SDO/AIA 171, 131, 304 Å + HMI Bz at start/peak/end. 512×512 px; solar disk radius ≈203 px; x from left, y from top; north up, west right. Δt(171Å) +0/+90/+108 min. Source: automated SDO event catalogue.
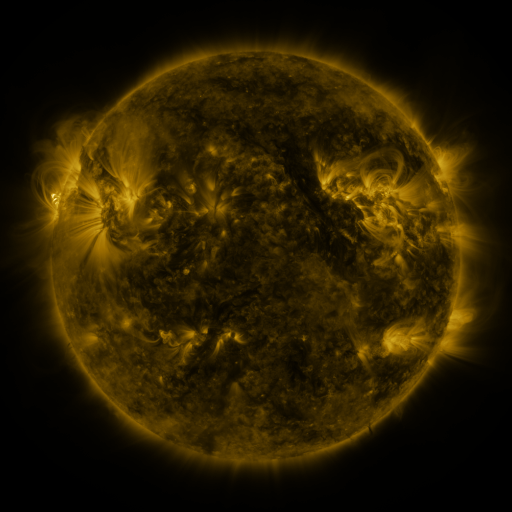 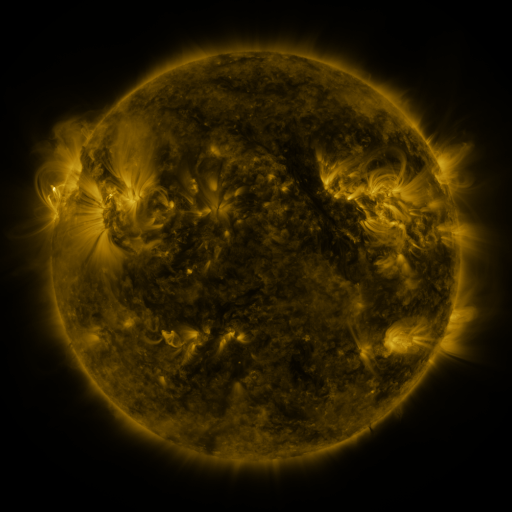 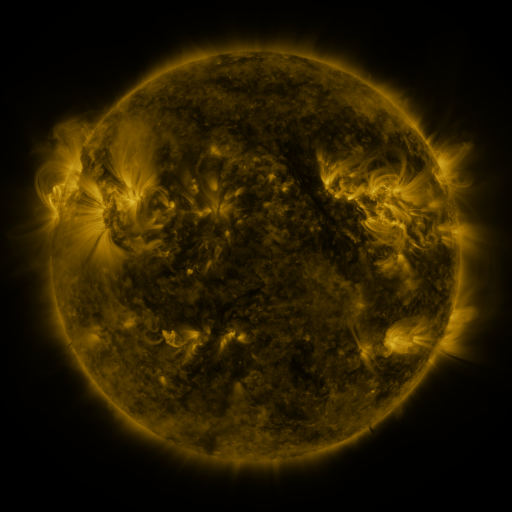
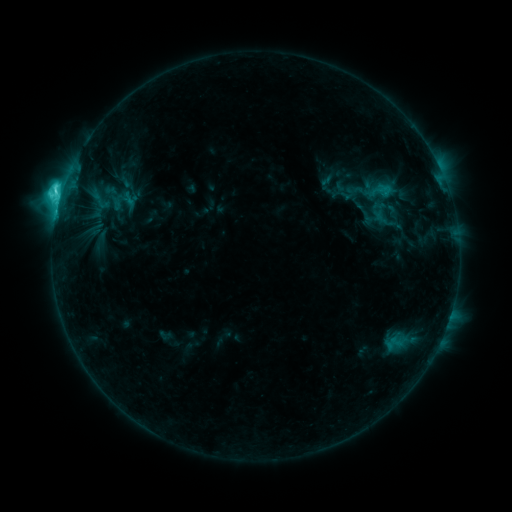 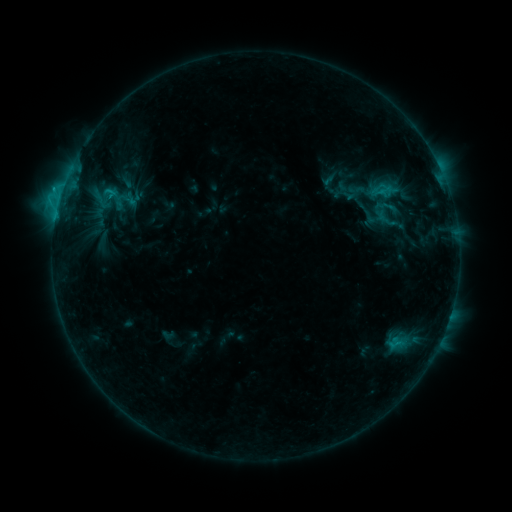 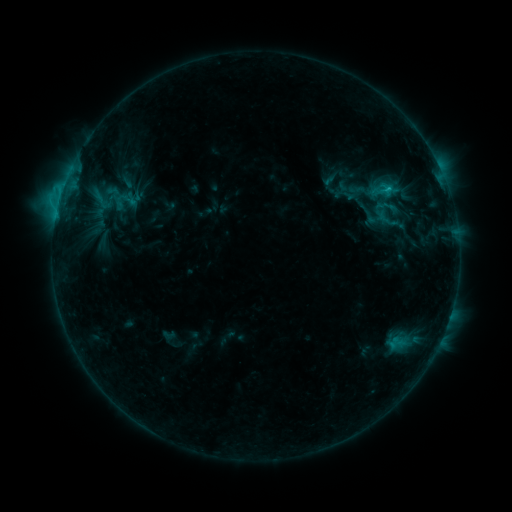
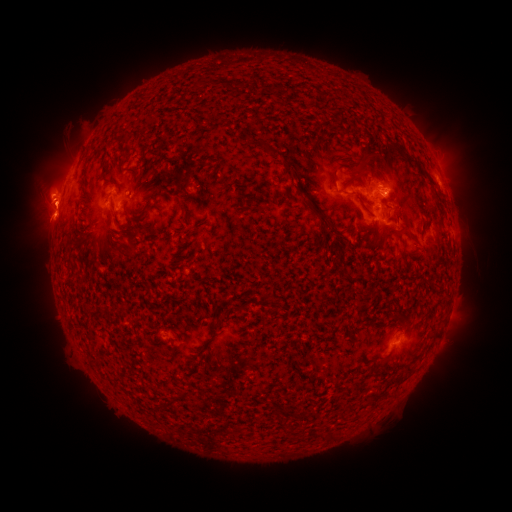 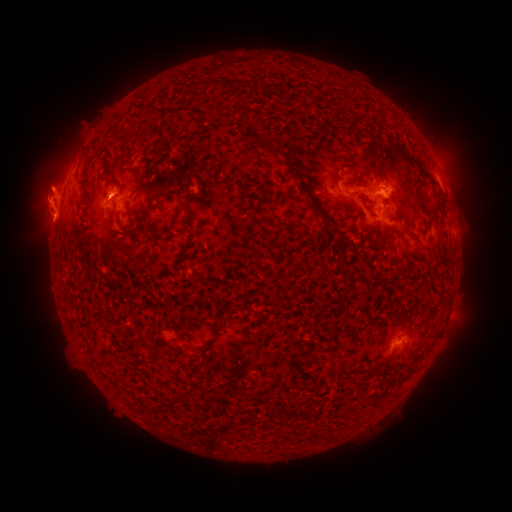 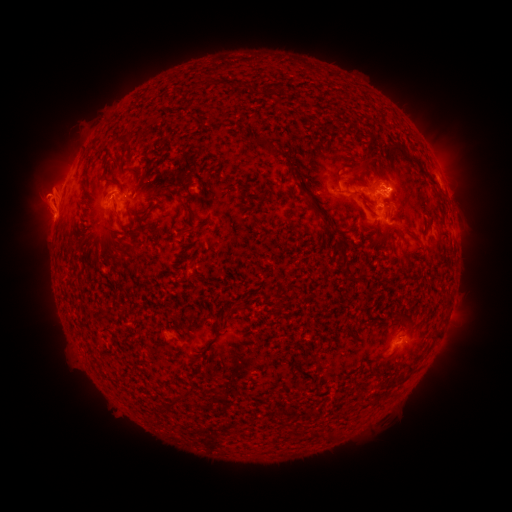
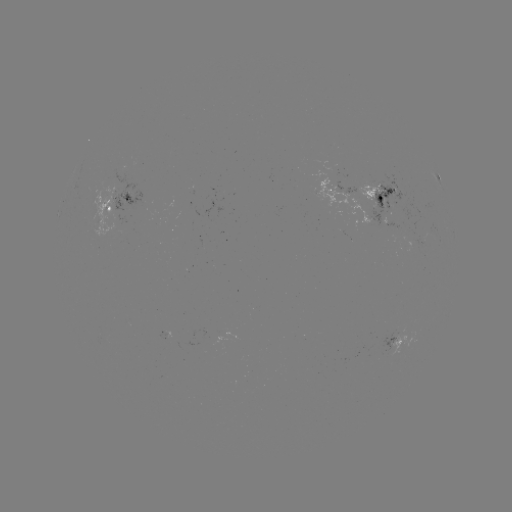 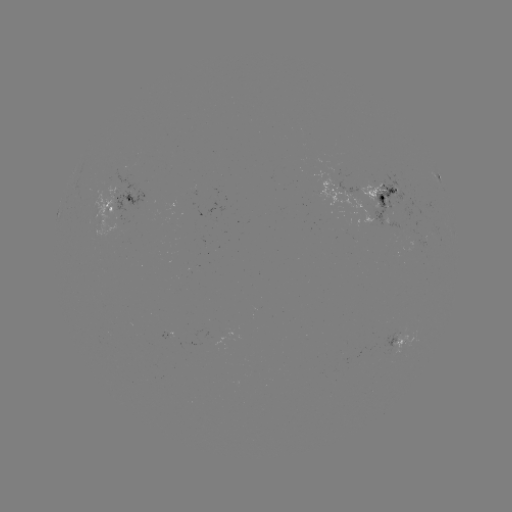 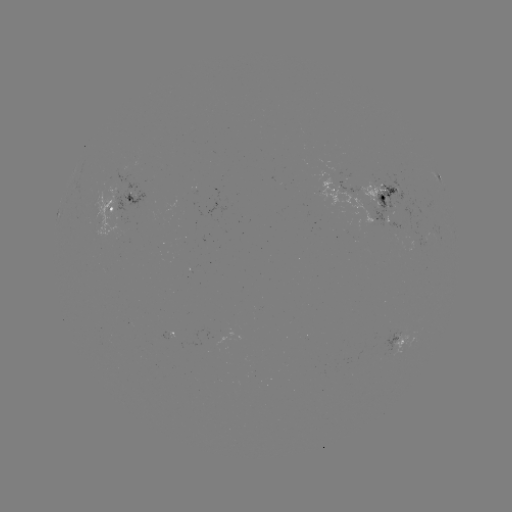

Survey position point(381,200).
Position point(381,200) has emerging-flux region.